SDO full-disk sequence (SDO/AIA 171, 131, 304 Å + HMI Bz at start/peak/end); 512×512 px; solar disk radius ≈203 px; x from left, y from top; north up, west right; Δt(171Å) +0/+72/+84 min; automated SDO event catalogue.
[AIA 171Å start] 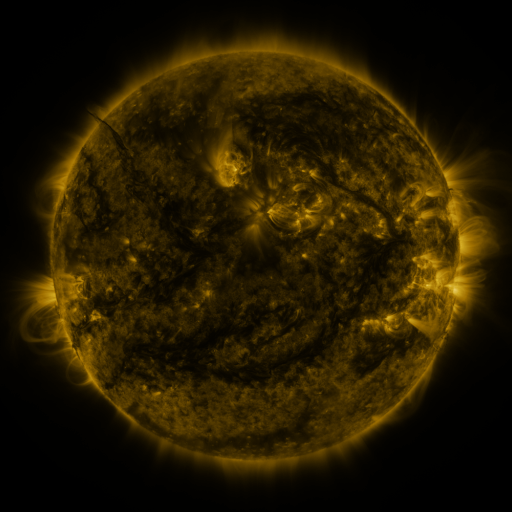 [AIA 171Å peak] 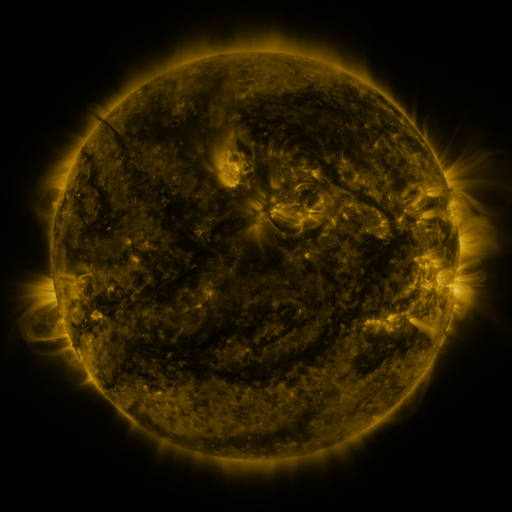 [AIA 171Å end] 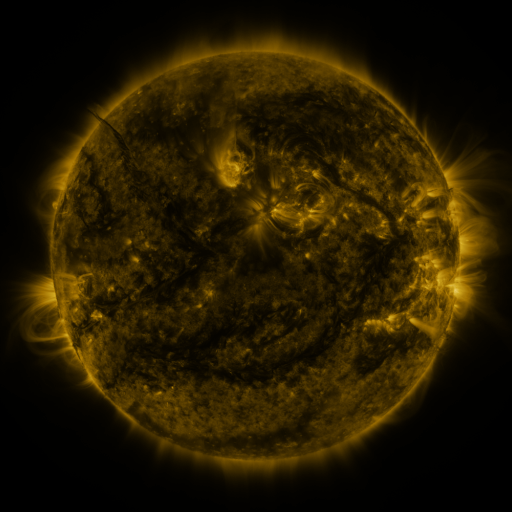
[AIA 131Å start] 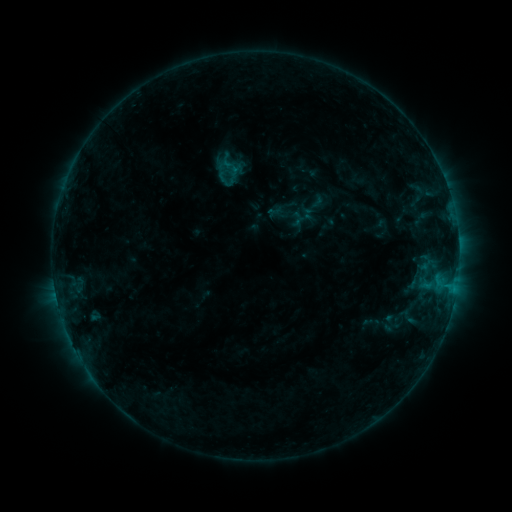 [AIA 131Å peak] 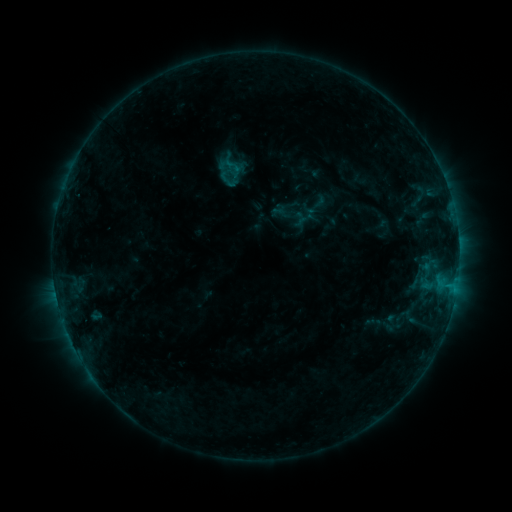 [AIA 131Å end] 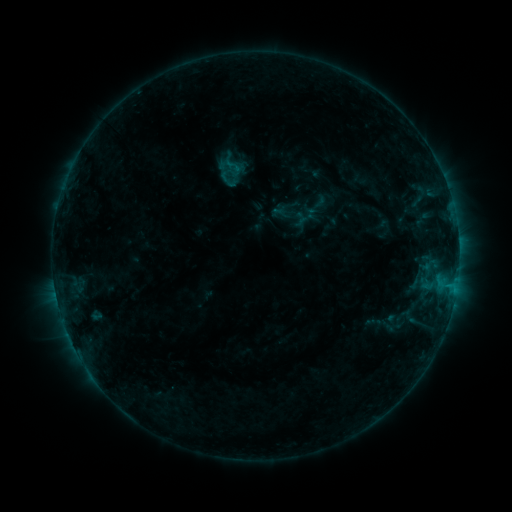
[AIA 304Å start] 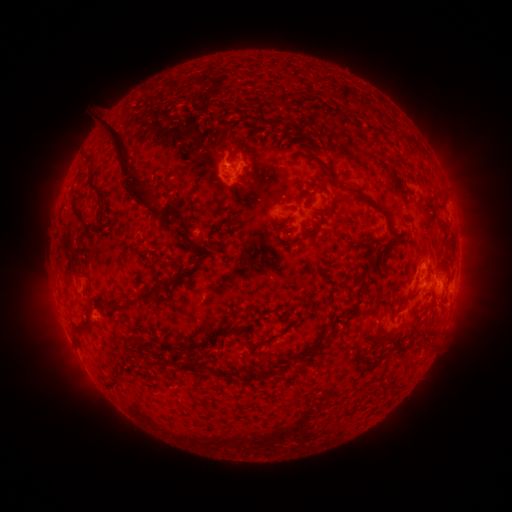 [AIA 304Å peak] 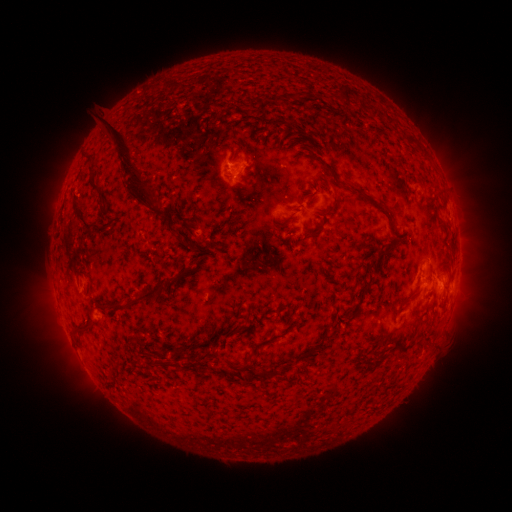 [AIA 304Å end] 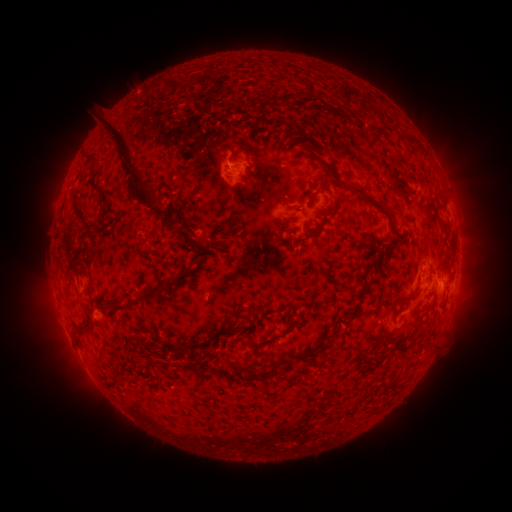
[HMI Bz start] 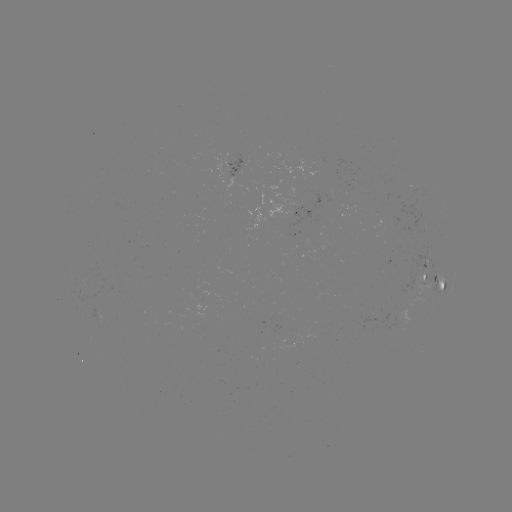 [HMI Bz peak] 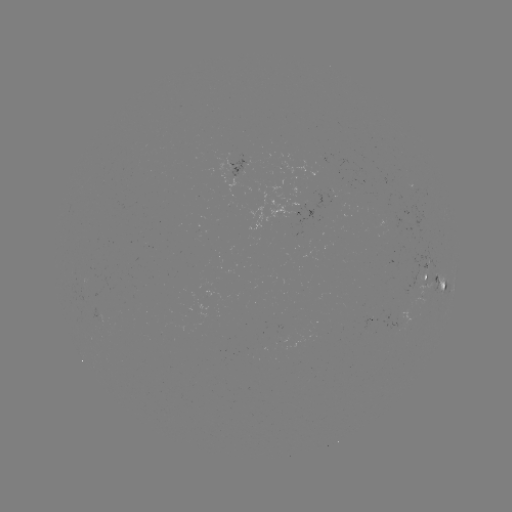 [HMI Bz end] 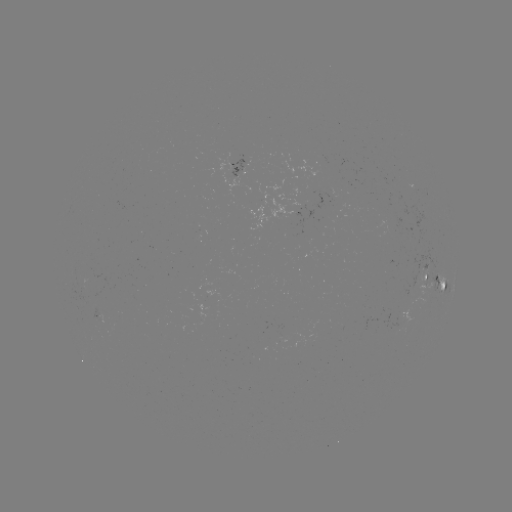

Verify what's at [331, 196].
emerging-flux region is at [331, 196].